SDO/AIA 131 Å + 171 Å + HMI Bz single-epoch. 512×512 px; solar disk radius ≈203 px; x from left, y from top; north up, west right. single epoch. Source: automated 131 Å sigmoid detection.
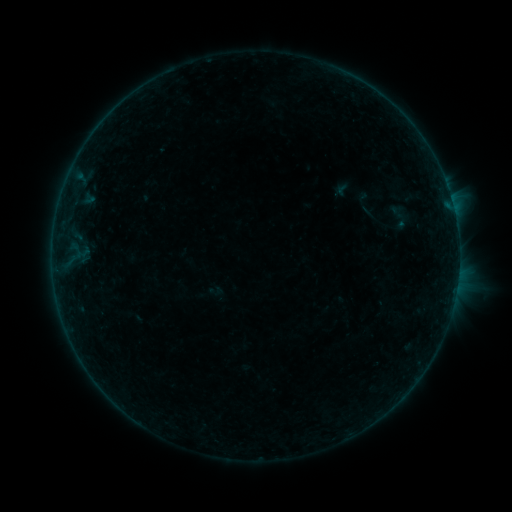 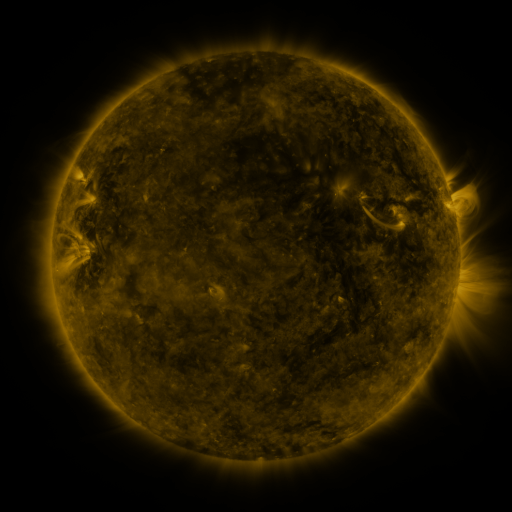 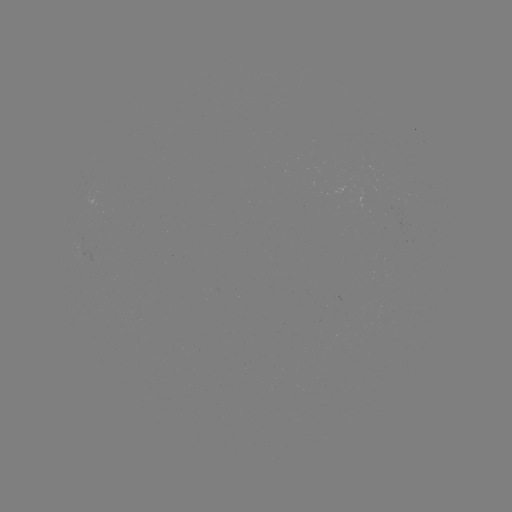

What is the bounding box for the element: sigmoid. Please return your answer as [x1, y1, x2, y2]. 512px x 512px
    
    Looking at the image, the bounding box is [380, 202, 418, 230].